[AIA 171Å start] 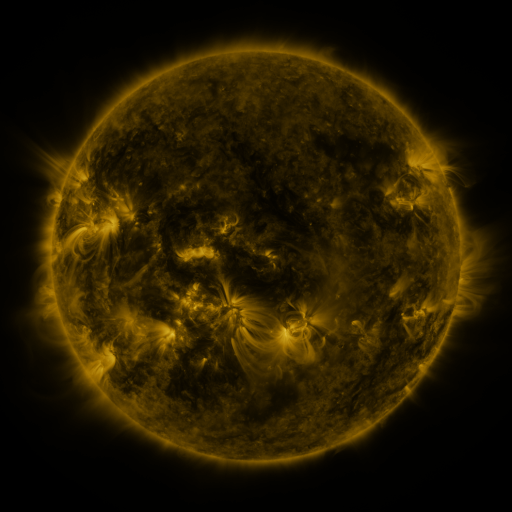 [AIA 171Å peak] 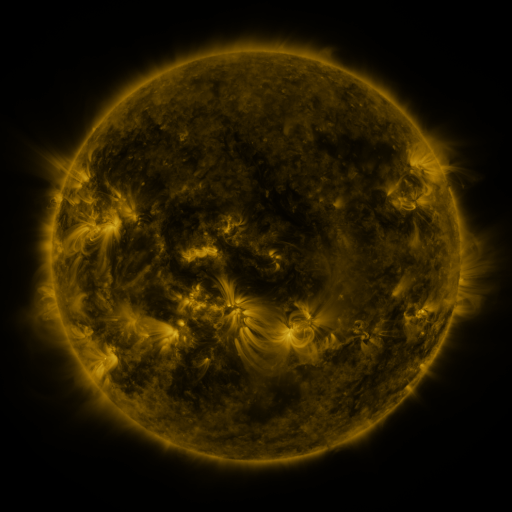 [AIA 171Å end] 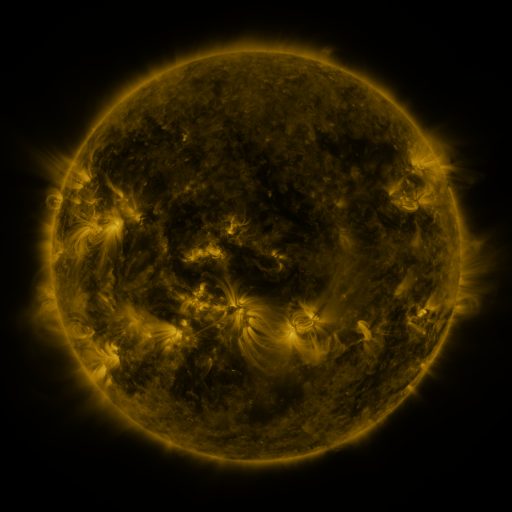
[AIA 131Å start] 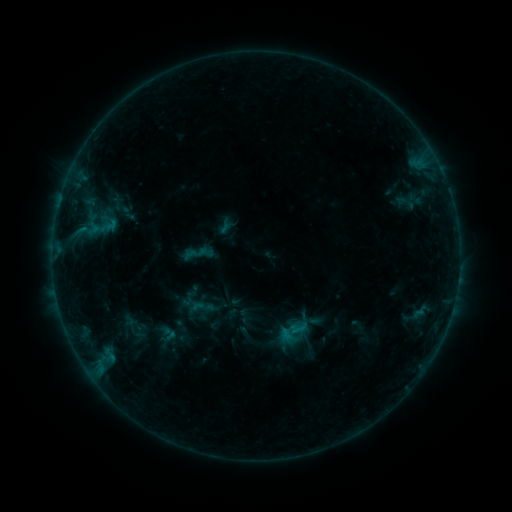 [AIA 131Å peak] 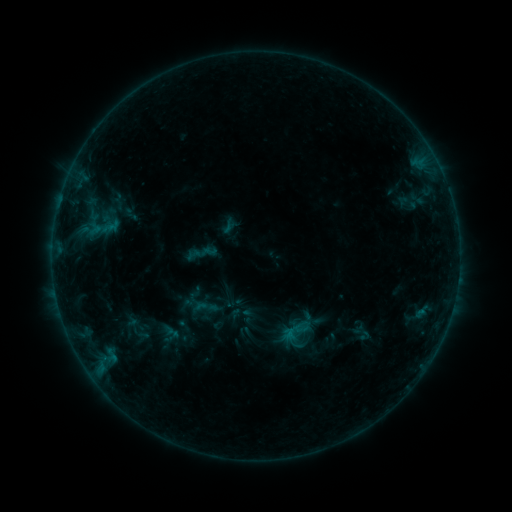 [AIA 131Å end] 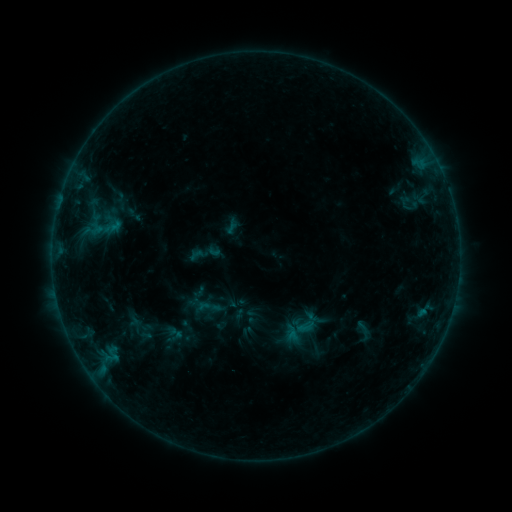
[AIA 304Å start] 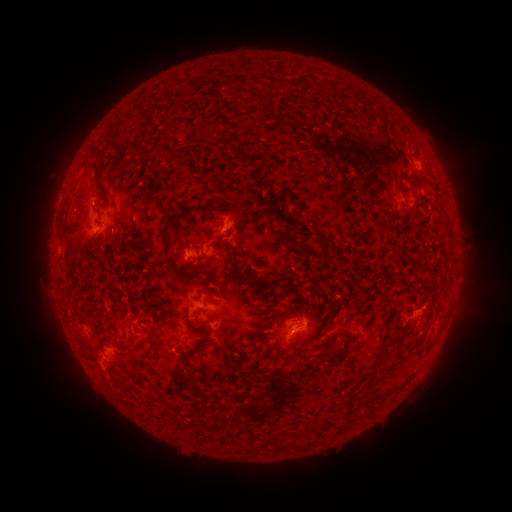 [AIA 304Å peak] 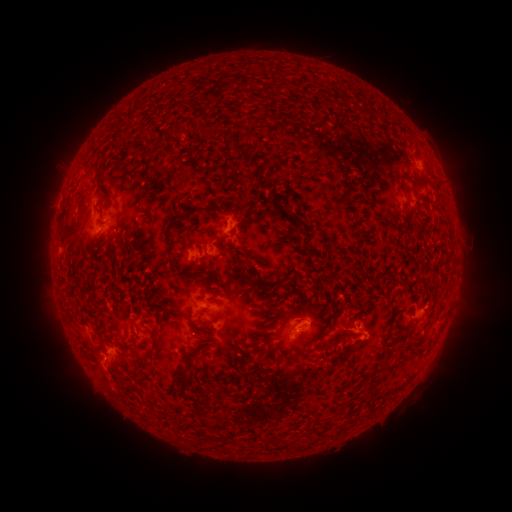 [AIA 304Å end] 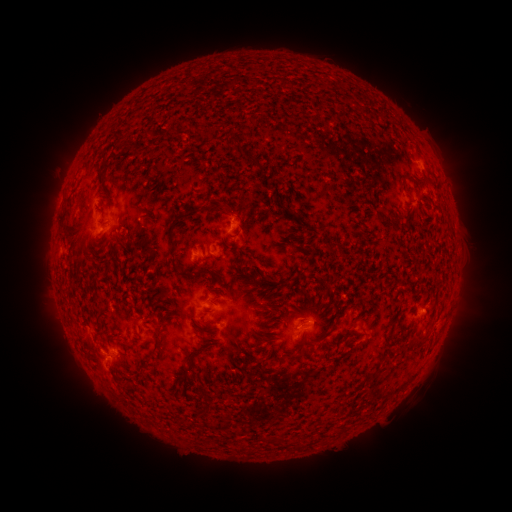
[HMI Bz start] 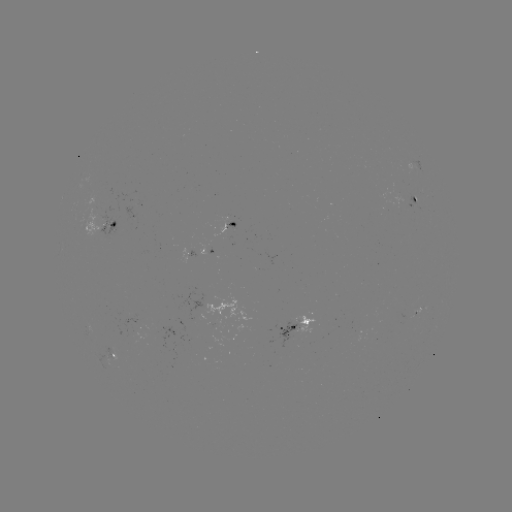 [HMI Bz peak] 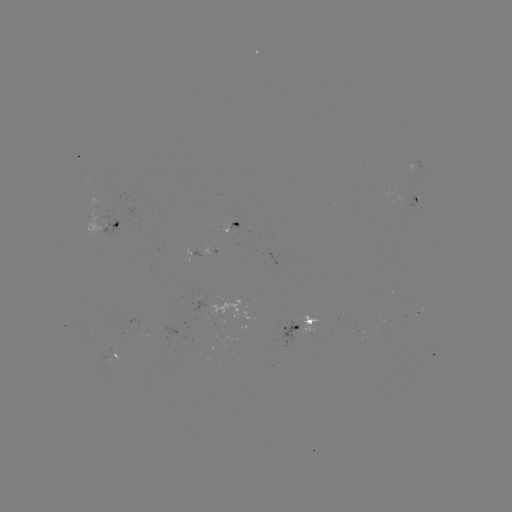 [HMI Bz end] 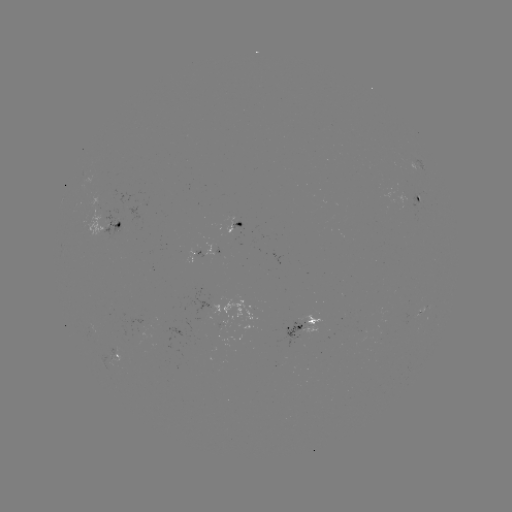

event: filament eruption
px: (340, 352)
